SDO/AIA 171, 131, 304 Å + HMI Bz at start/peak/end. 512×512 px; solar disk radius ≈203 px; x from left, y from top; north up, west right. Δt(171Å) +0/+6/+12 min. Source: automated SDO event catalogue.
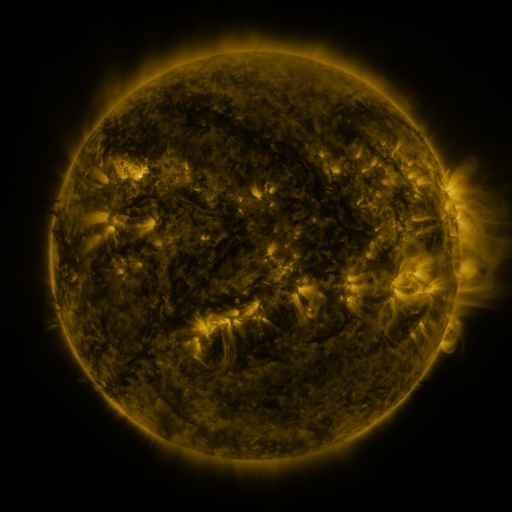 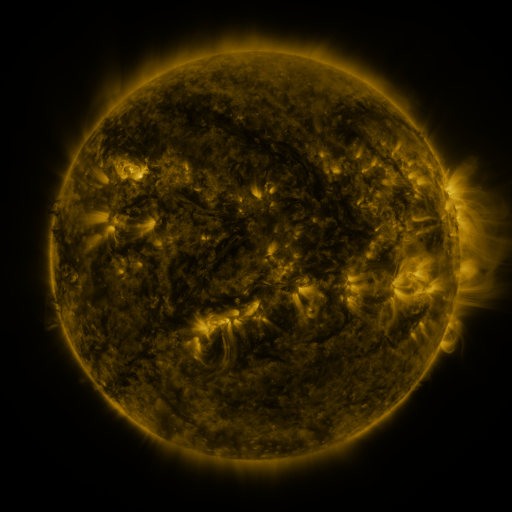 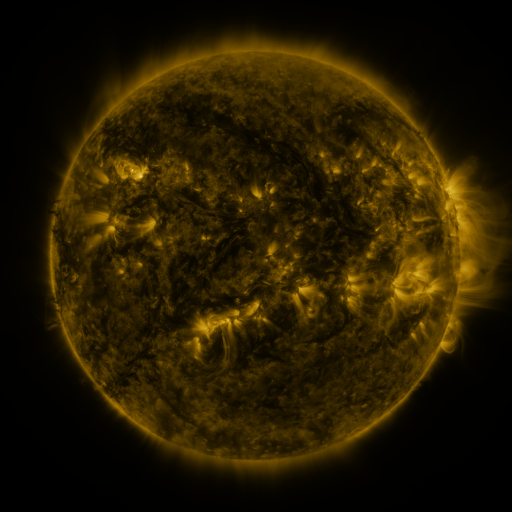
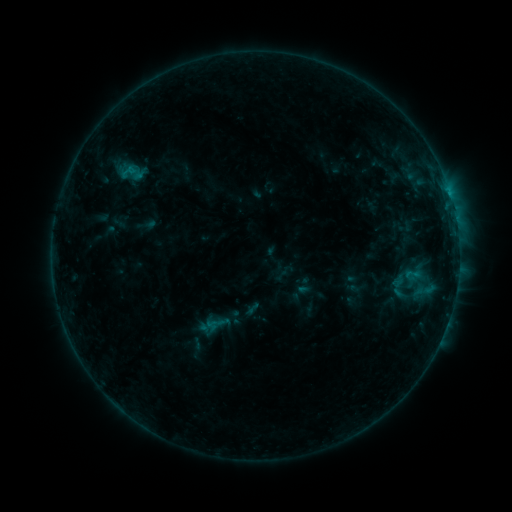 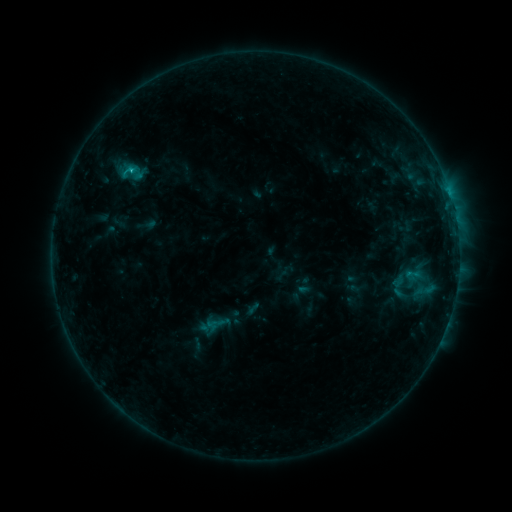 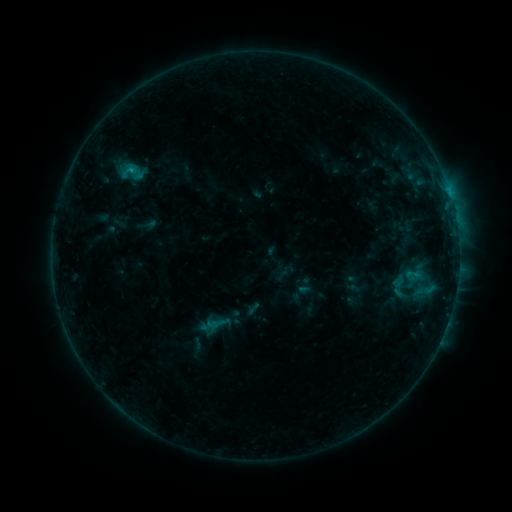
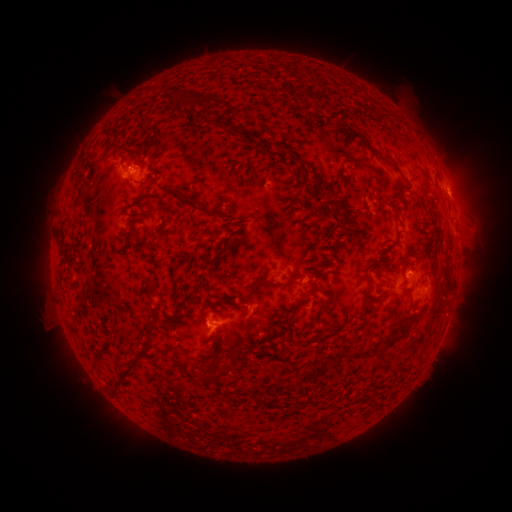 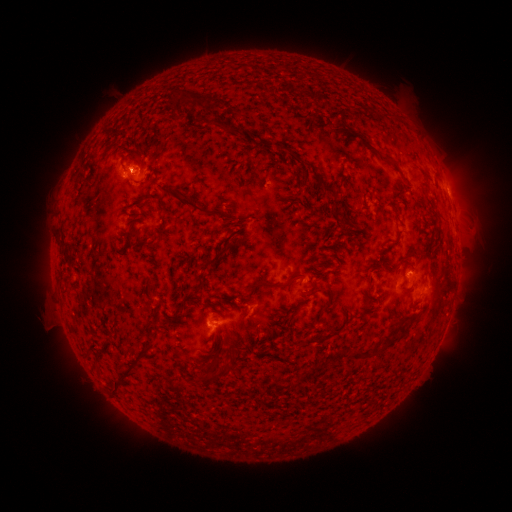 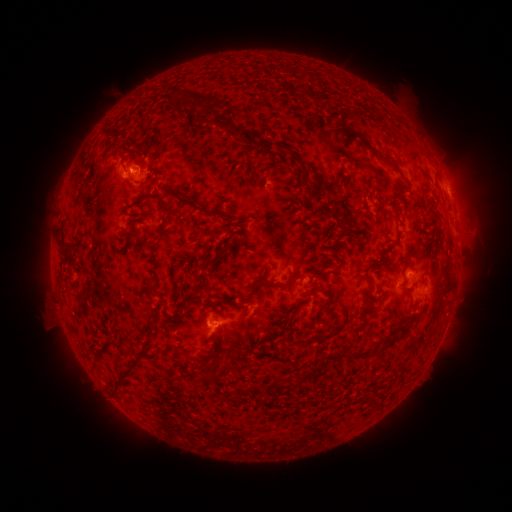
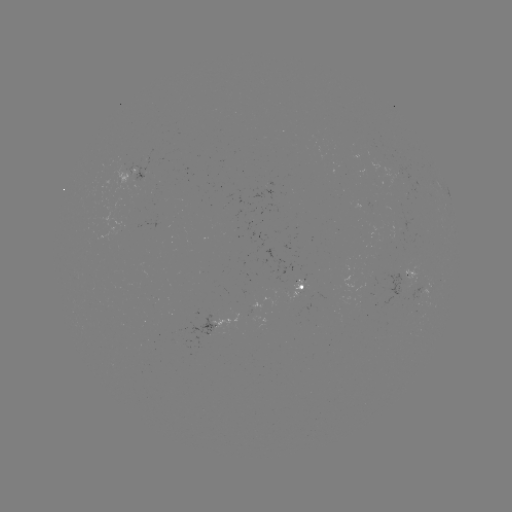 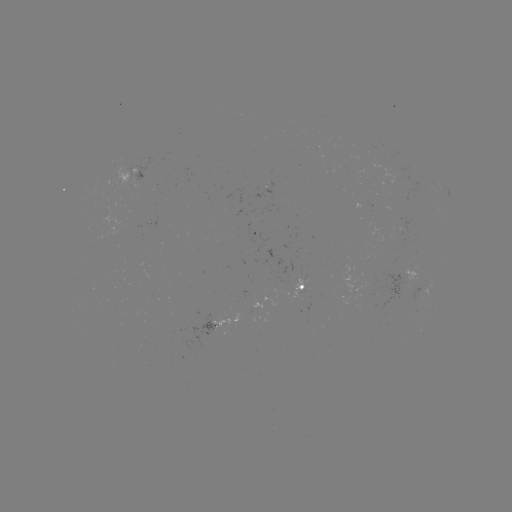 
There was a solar flare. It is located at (132, 171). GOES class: B5.8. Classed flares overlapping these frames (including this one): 1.